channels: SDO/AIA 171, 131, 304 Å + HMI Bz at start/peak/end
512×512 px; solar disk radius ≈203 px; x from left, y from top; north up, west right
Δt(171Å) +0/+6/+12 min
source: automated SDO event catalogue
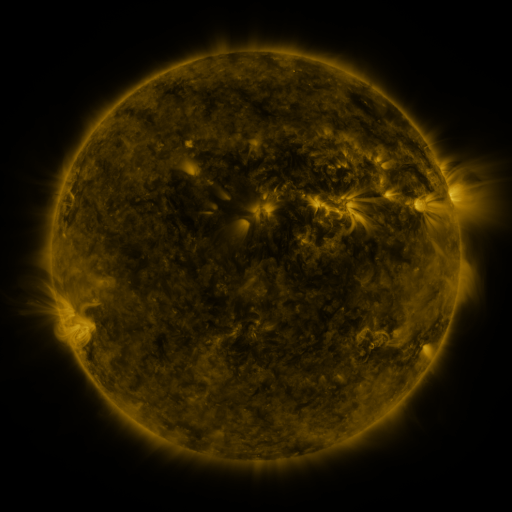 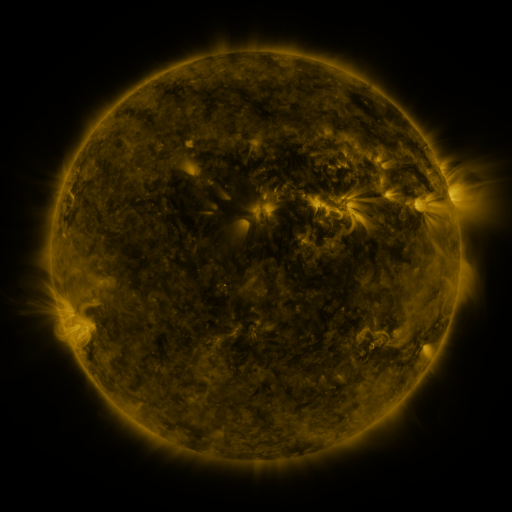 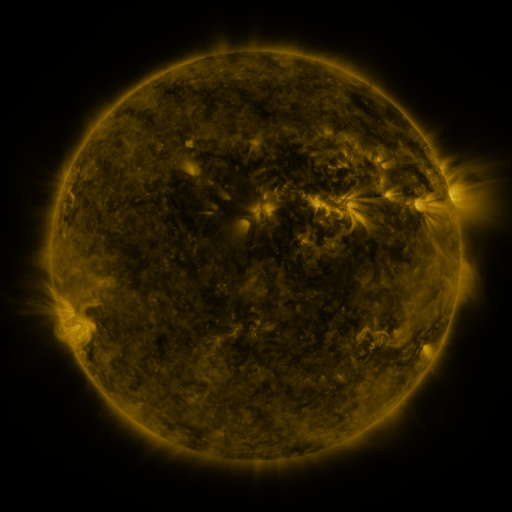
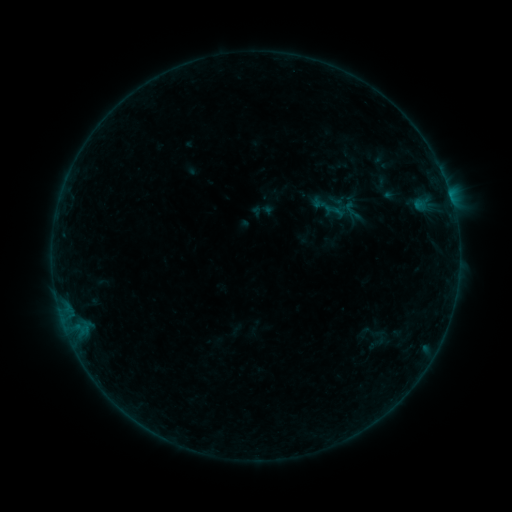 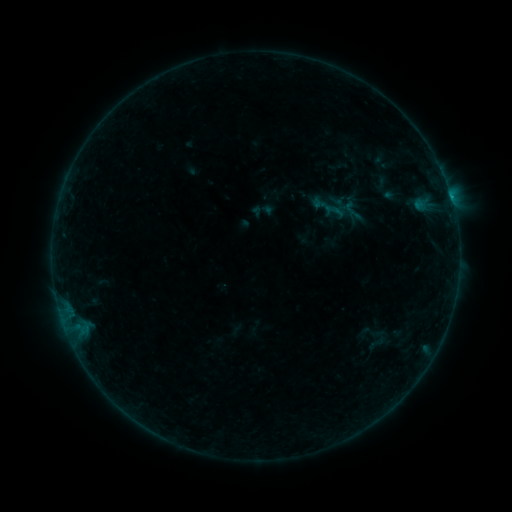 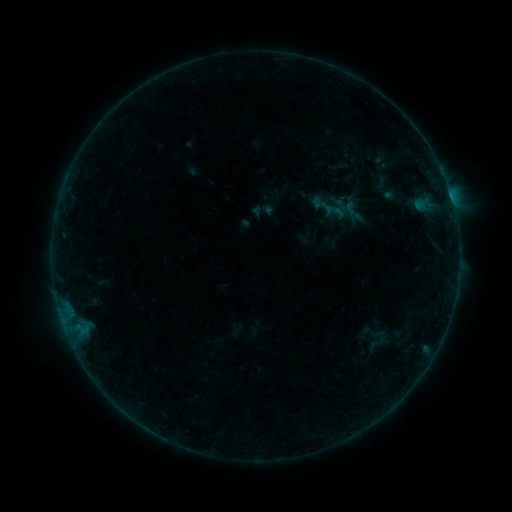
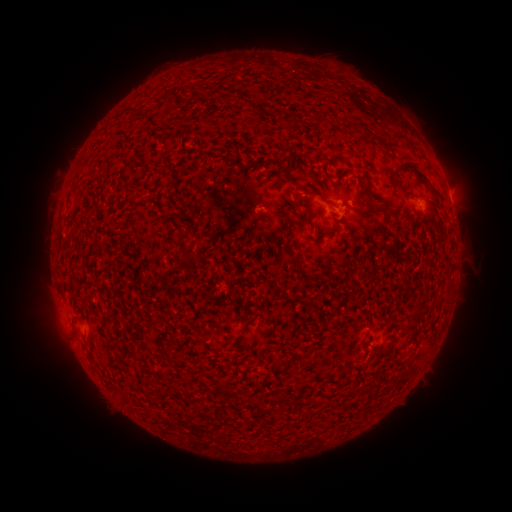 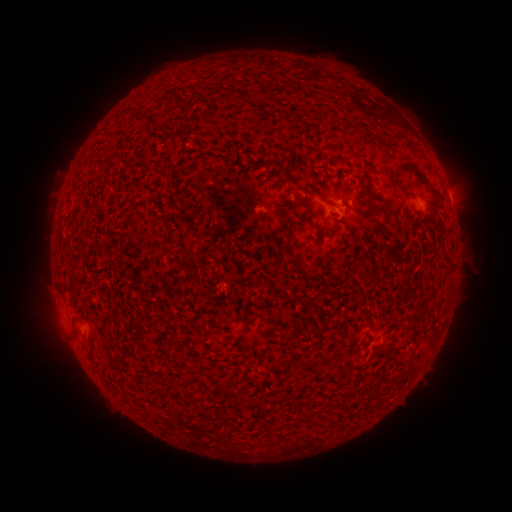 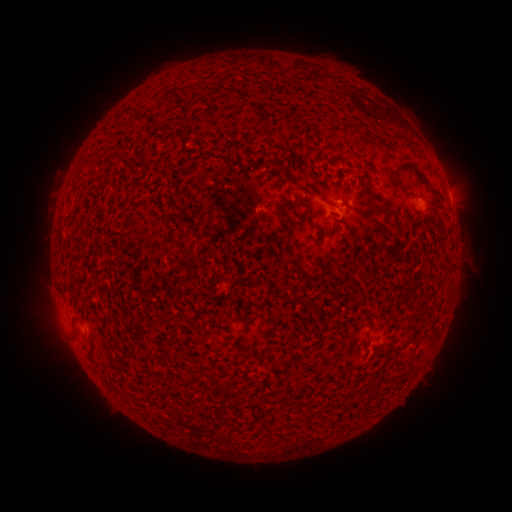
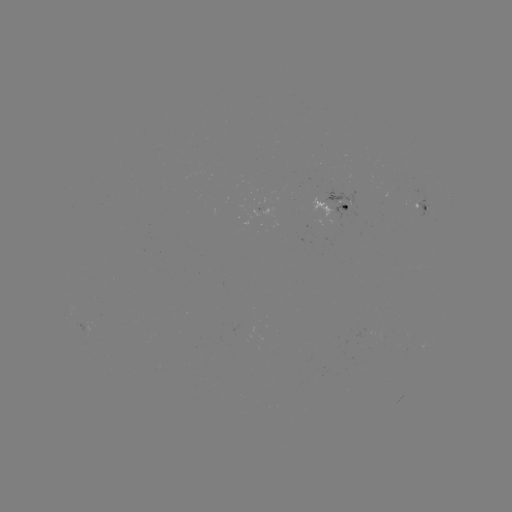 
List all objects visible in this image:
B1.8 flare: (451, 200)
